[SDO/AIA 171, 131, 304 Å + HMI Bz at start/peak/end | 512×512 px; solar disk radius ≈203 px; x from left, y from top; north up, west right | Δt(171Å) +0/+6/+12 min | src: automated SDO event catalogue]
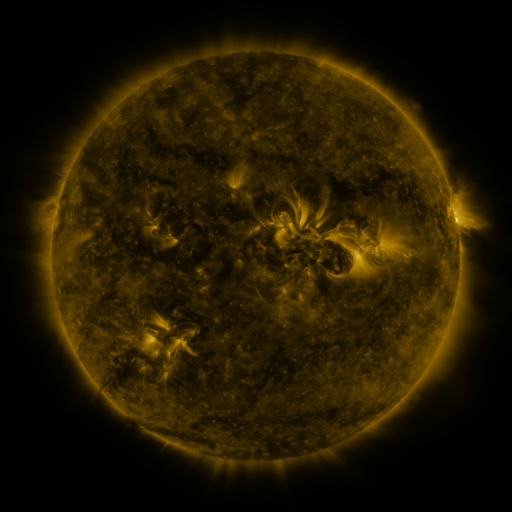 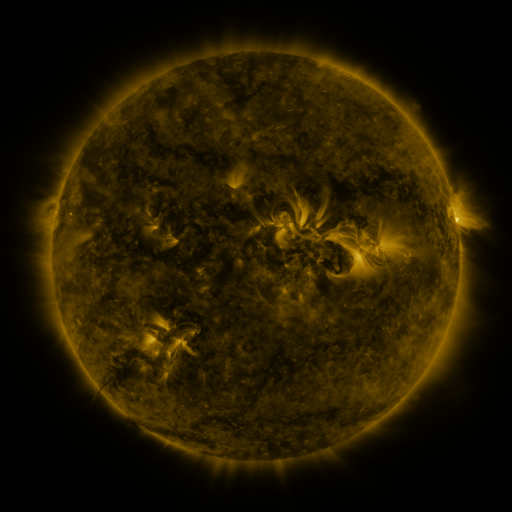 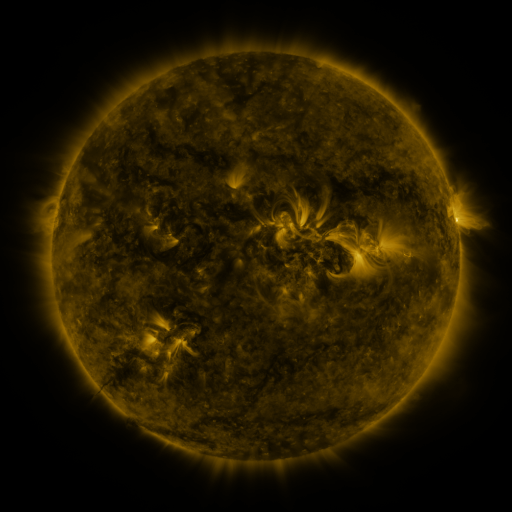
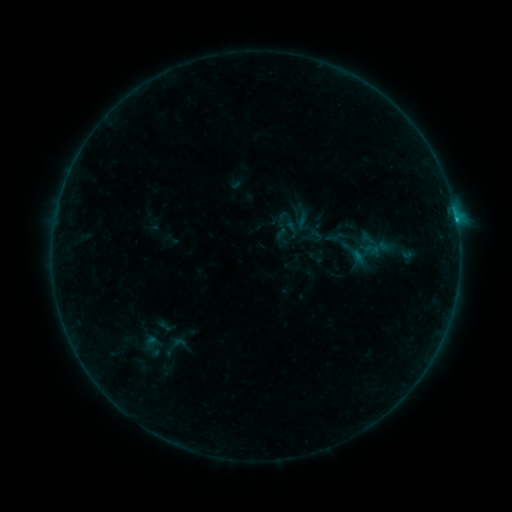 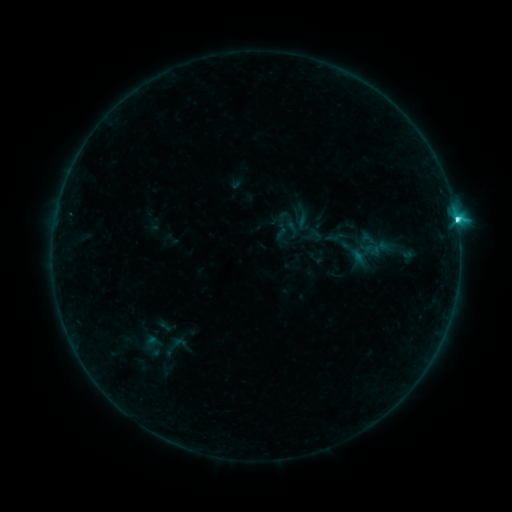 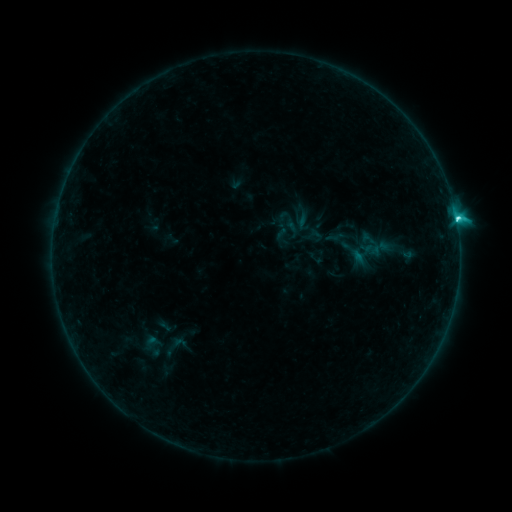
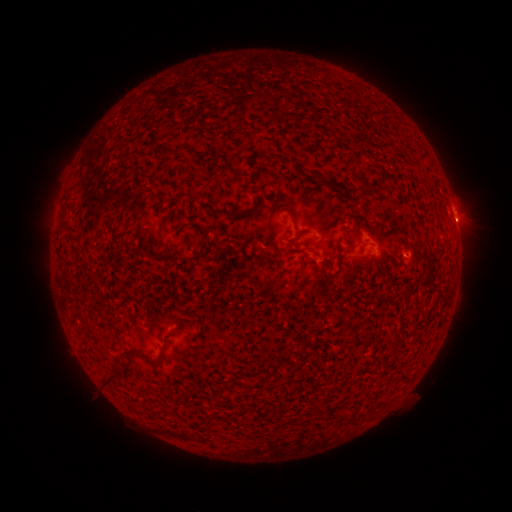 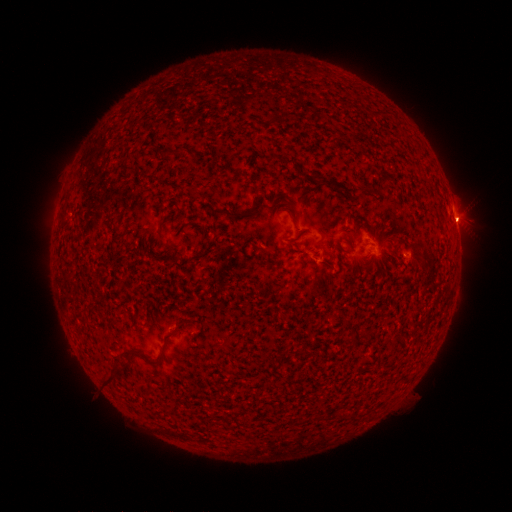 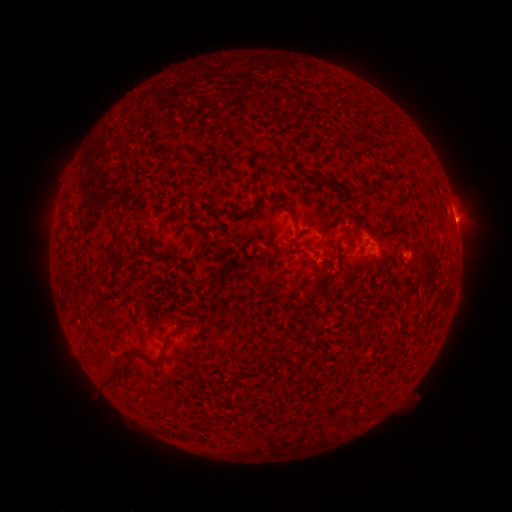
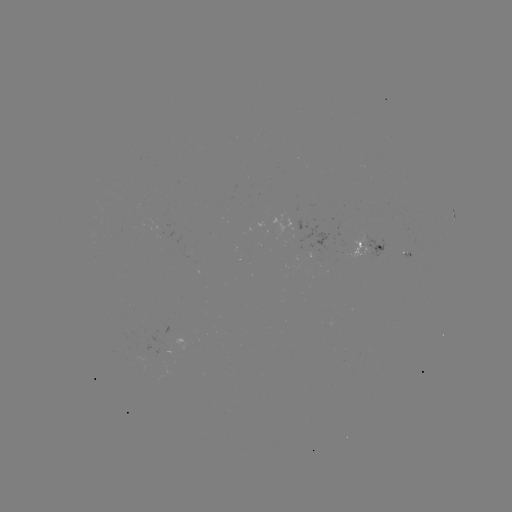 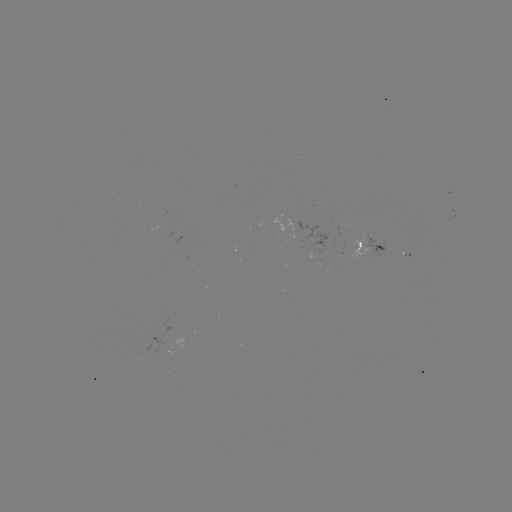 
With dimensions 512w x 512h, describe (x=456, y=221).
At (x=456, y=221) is C5.6 flare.